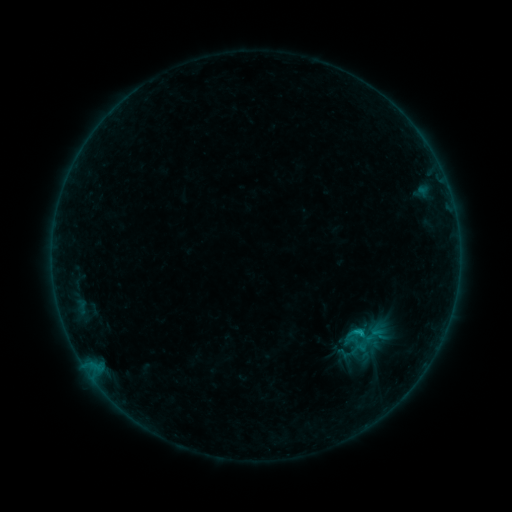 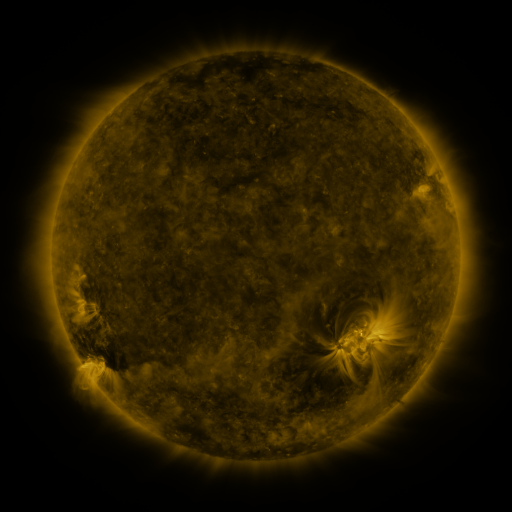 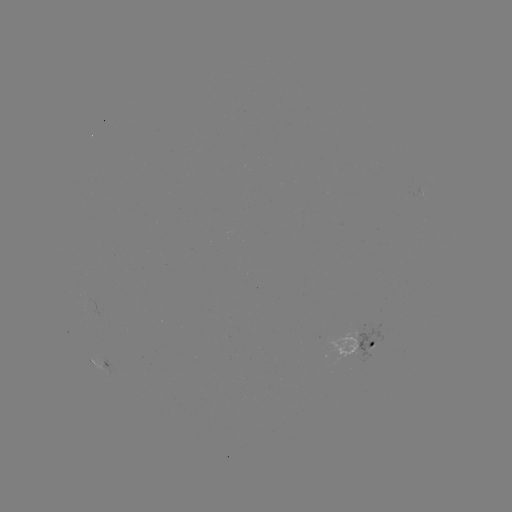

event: sigmoid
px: (359, 348)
